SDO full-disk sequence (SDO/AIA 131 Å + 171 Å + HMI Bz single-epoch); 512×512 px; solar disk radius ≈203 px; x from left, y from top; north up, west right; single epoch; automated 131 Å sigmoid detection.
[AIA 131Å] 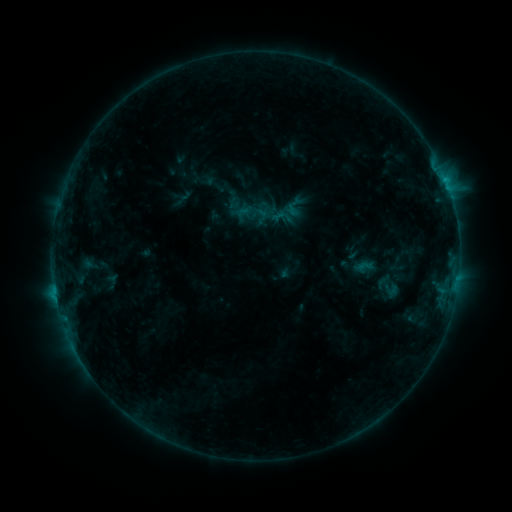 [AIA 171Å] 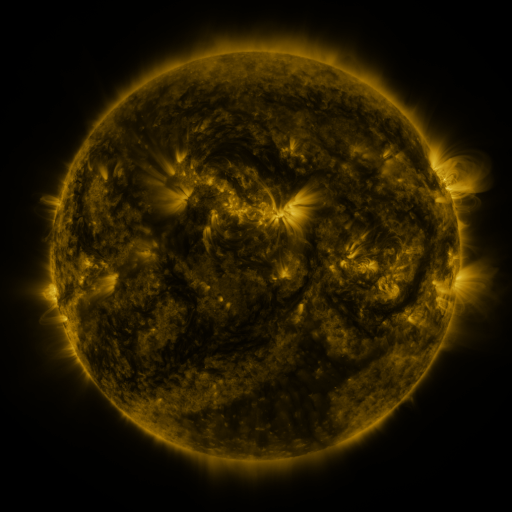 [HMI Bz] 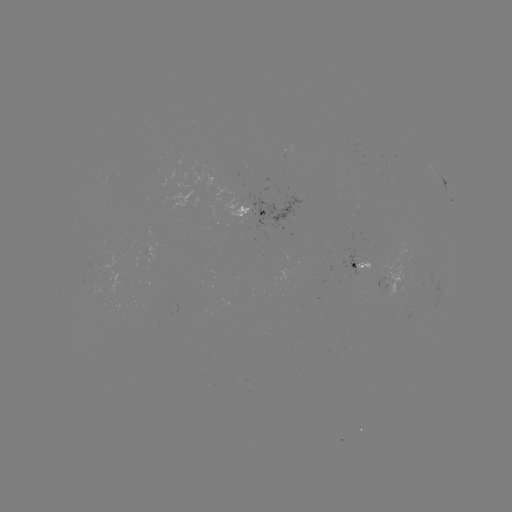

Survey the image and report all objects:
sigmoid: [270, 205, 293, 229]
